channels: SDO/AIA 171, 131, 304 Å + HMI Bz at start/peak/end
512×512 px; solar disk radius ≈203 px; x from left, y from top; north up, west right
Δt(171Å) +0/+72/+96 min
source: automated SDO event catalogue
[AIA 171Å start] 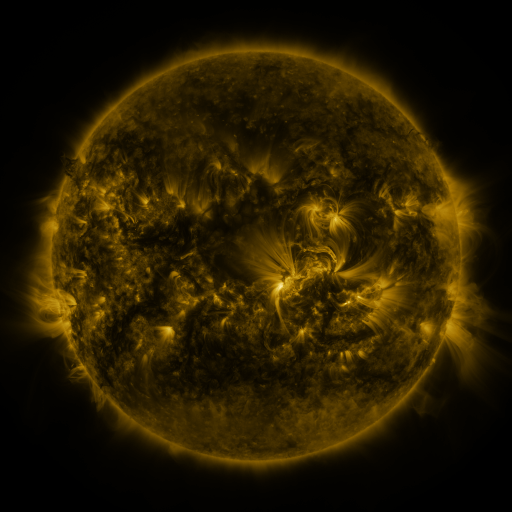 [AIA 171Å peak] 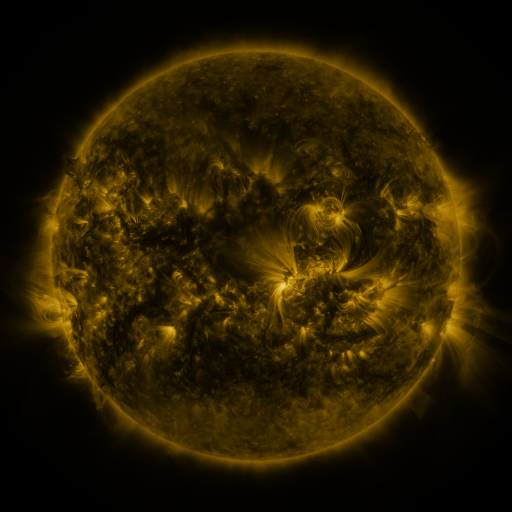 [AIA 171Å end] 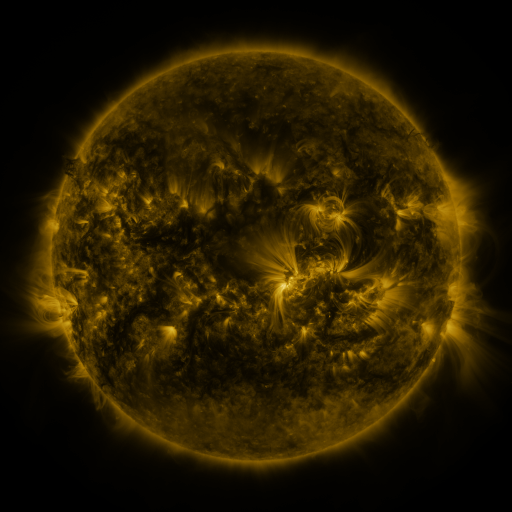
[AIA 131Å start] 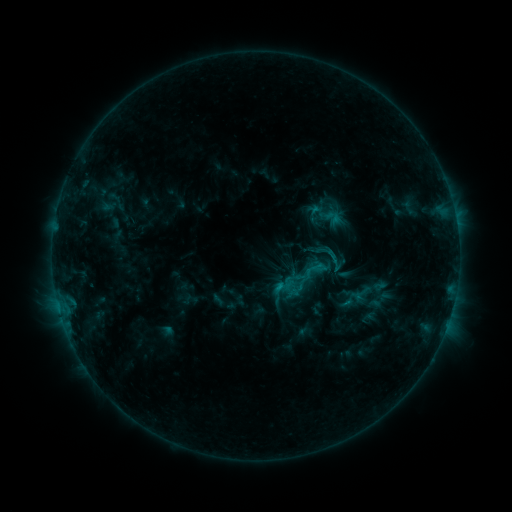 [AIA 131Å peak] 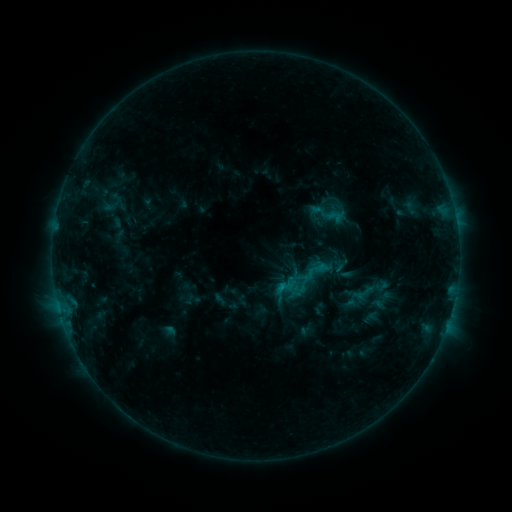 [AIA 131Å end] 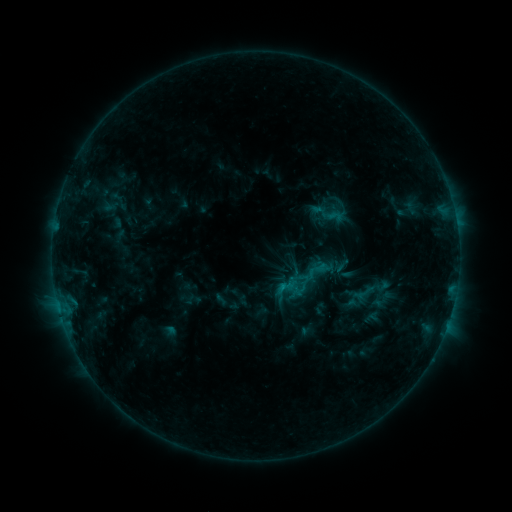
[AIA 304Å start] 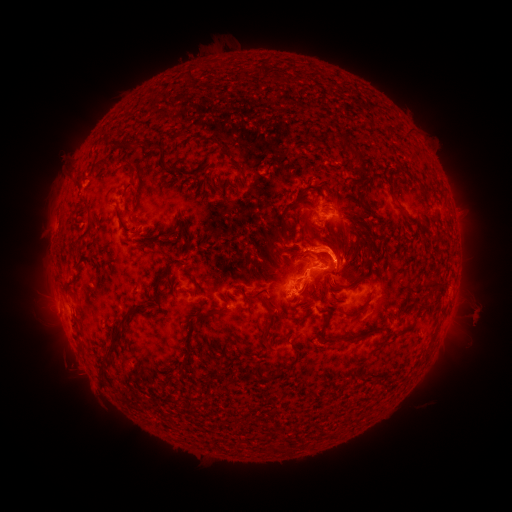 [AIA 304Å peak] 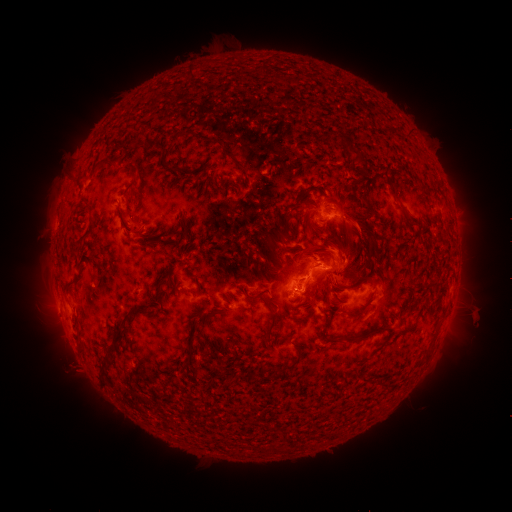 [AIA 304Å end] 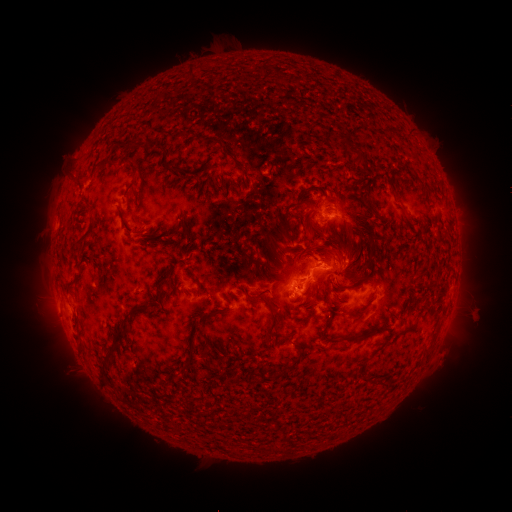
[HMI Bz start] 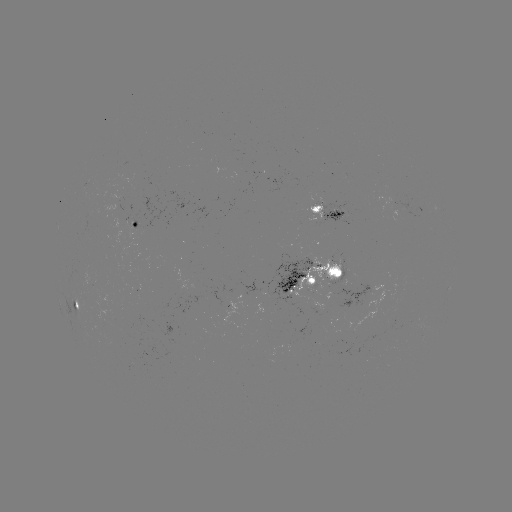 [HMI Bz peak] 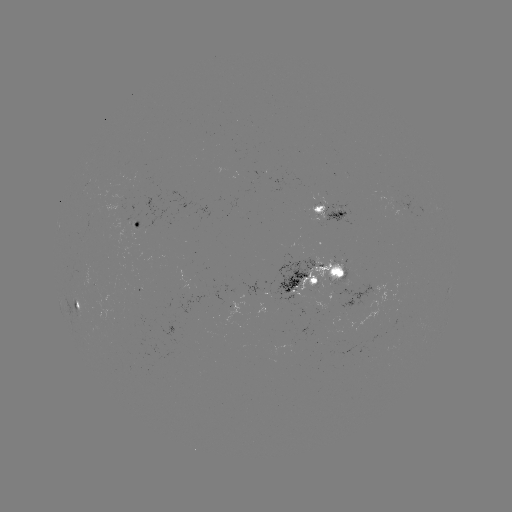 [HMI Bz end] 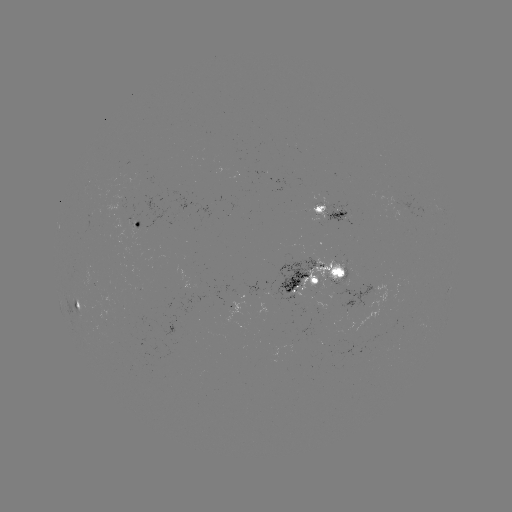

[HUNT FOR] emerging-flux region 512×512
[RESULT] (318, 214)